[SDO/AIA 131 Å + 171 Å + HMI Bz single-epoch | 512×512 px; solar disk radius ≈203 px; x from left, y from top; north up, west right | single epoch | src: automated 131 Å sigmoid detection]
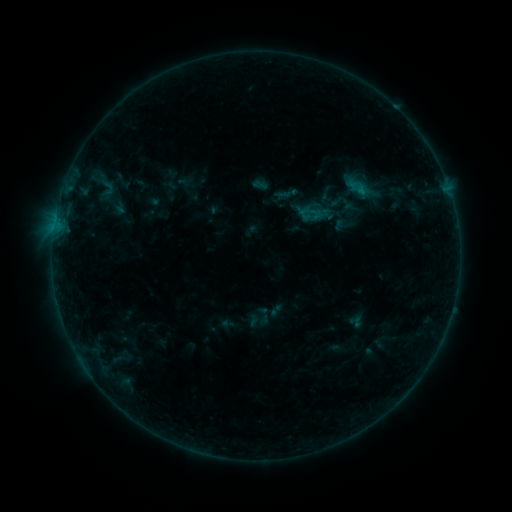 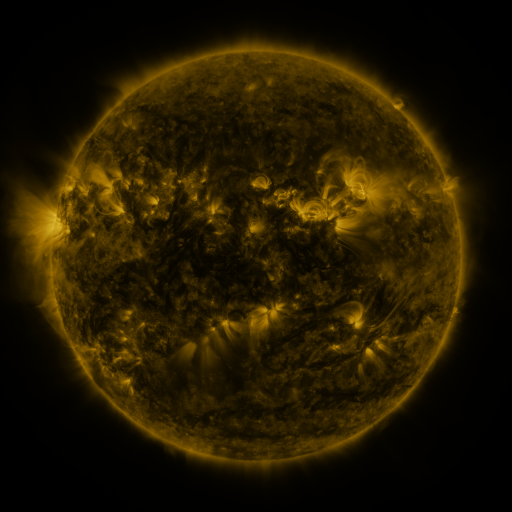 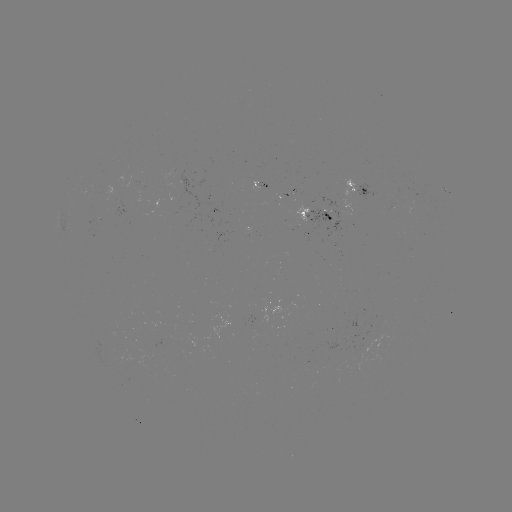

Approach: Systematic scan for sigmoid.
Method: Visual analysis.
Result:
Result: sigmoid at (313, 214).